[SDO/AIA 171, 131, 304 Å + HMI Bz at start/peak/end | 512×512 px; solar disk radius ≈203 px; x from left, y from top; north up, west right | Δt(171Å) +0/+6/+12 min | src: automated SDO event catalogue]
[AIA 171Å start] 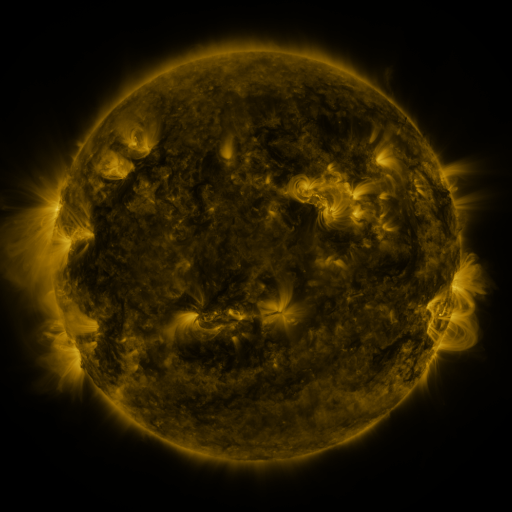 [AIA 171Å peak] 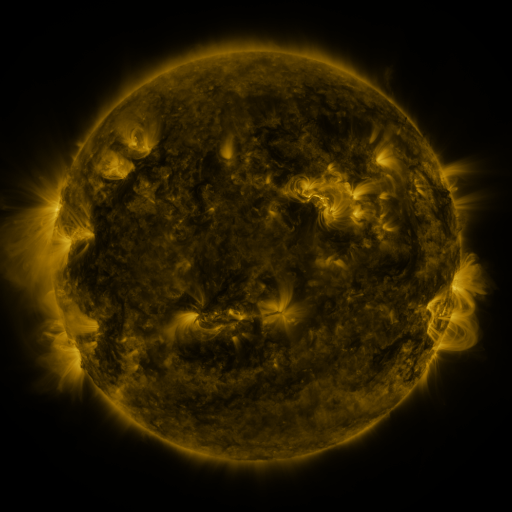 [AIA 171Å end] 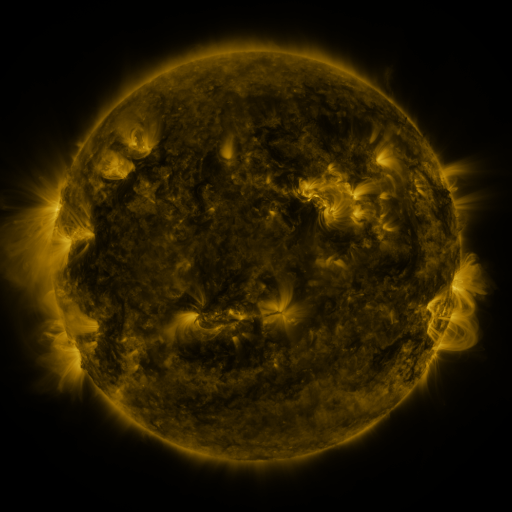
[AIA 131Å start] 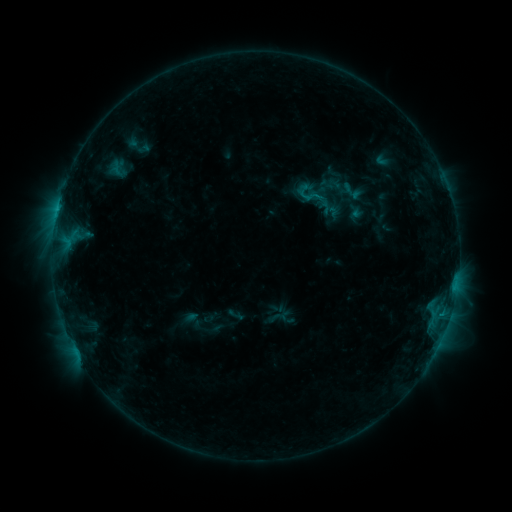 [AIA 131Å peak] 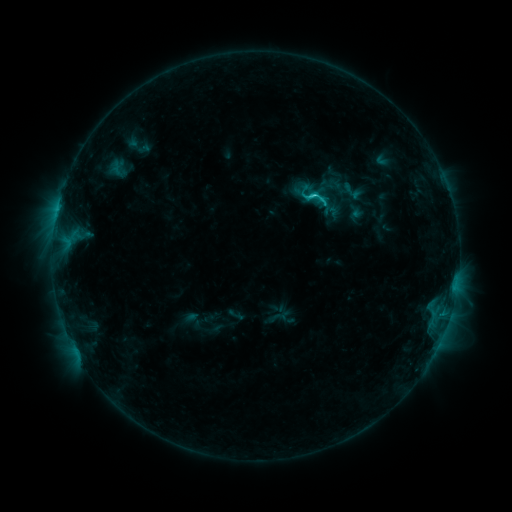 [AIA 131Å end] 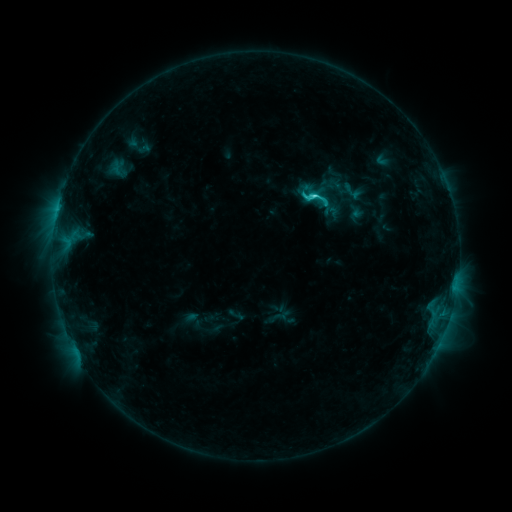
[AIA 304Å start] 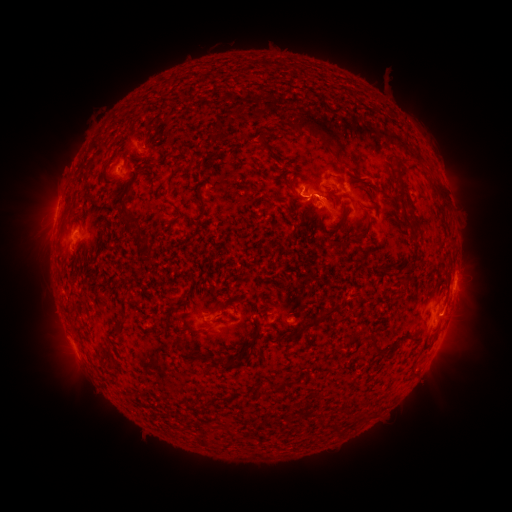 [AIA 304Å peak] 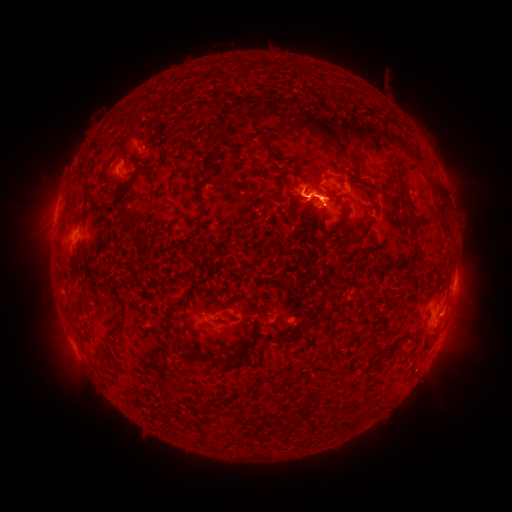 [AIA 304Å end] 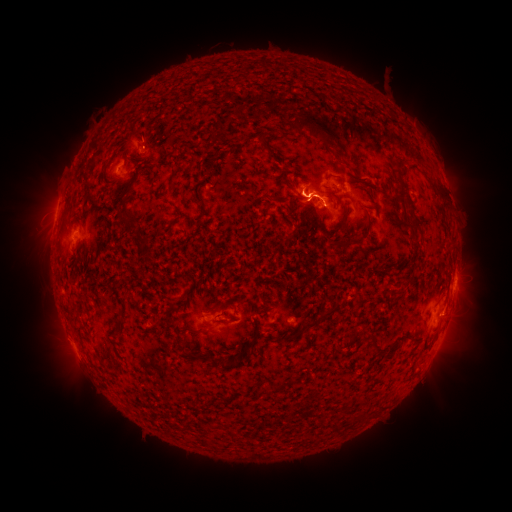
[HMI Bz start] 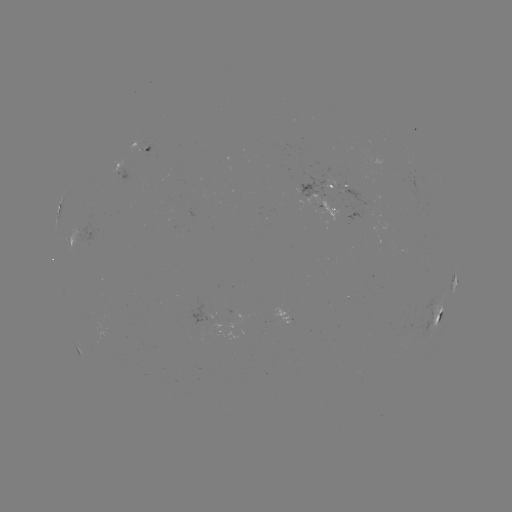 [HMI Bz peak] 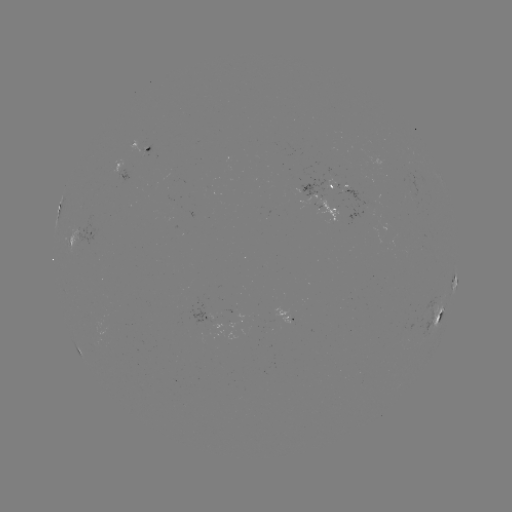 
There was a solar eruption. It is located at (322, 200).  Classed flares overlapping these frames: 1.